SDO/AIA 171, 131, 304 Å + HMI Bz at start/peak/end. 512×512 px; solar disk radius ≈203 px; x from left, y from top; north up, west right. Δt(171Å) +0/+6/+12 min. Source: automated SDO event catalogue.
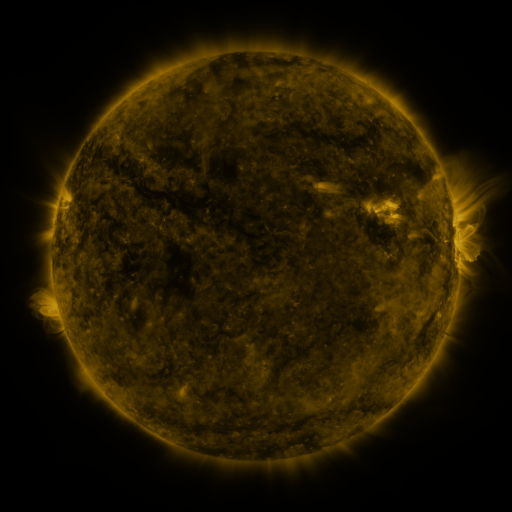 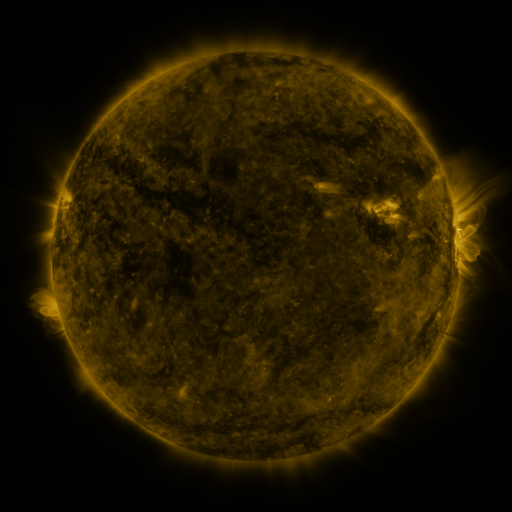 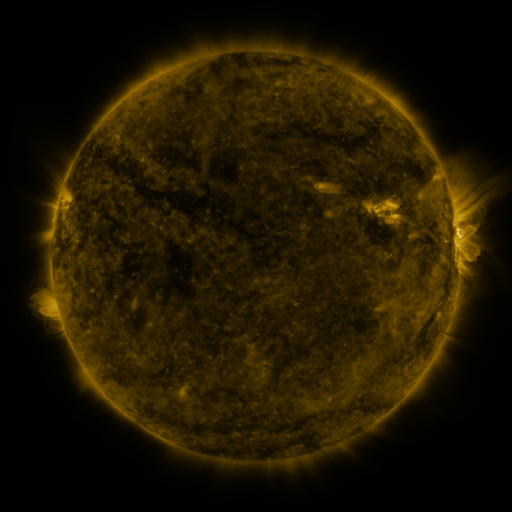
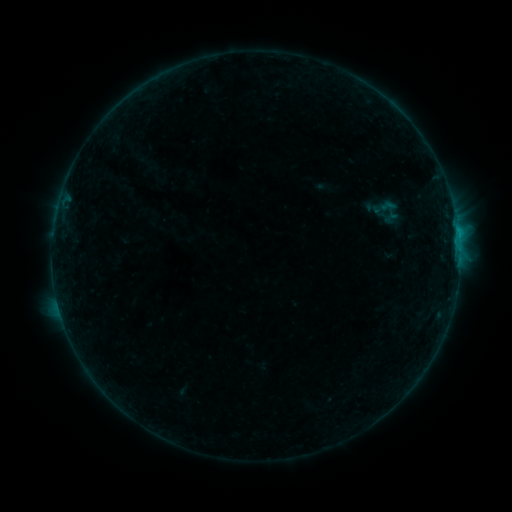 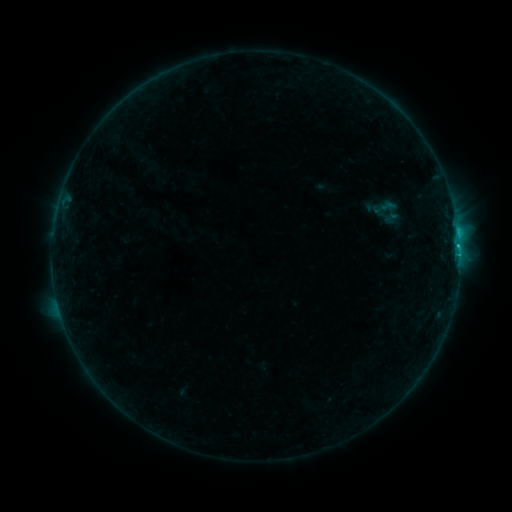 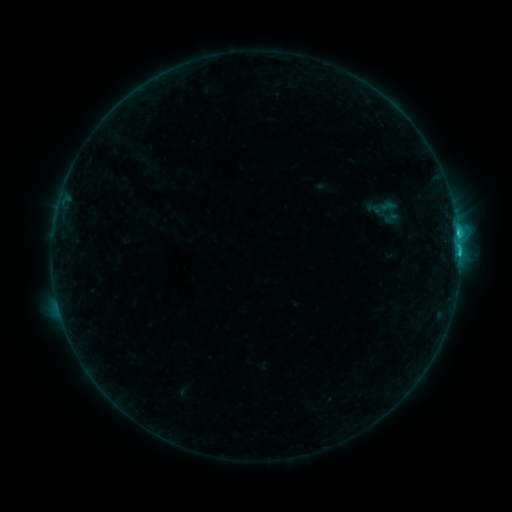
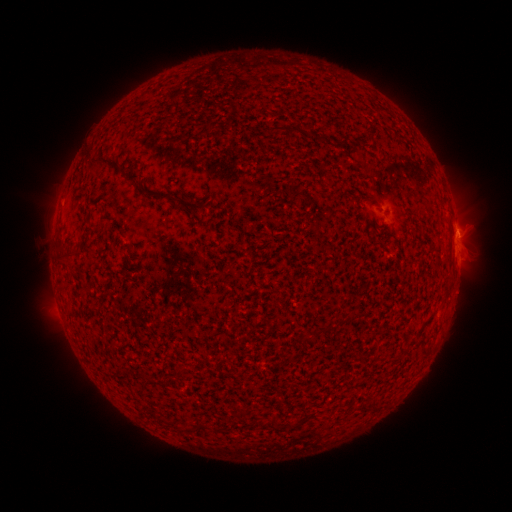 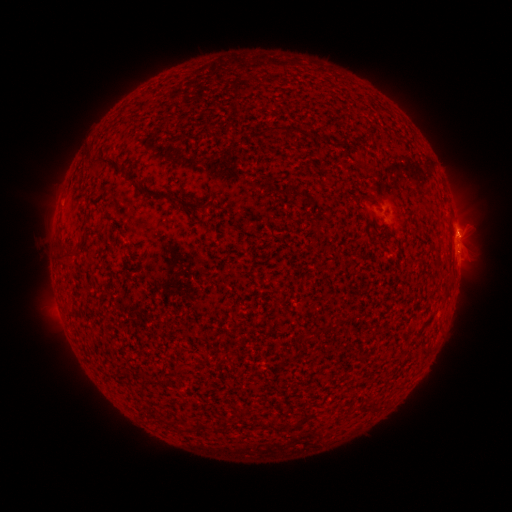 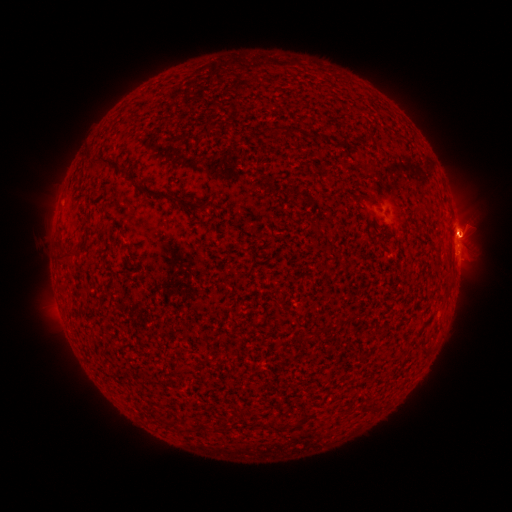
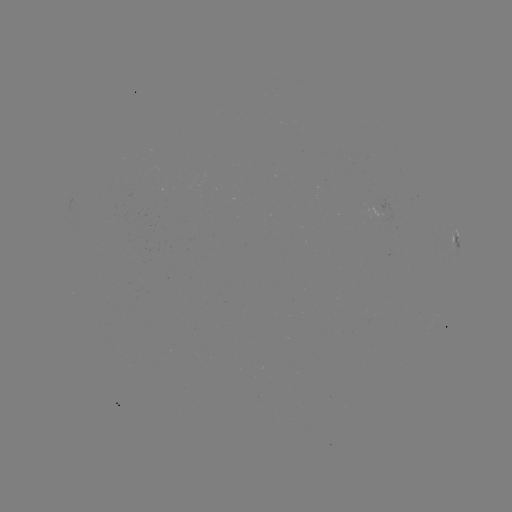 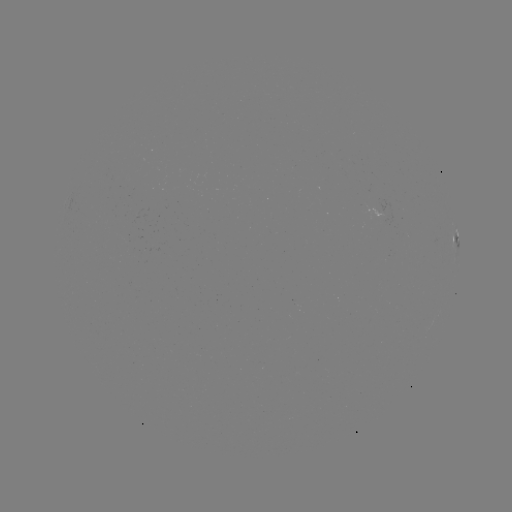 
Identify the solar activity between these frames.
eruption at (461, 260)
